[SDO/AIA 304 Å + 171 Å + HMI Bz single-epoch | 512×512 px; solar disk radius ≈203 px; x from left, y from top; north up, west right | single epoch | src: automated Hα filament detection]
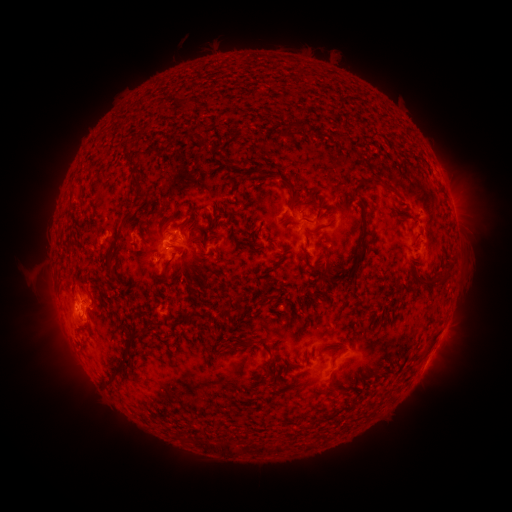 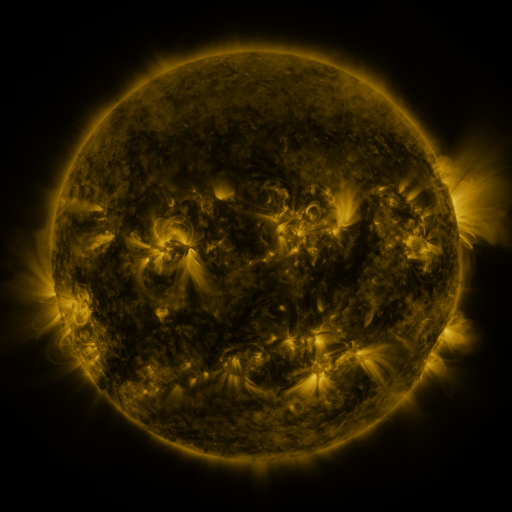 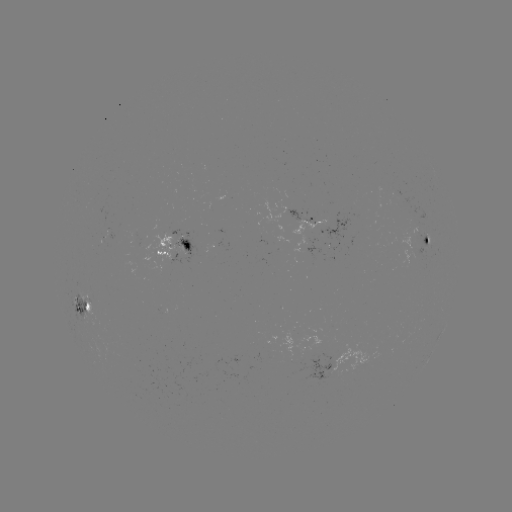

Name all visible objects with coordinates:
filament: (292, 125)
filament: (236, 132)
filament: (412, 153)
filament: (229, 163)
filament: (134, 176)
filament: (382, 181)
filament: (293, 192)
filament: (213, 217)
filament: (188, 223)
filament: (363, 225)
filament: (258, 230)
filament: (315, 231)
filament: (204, 232)
filament: (416, 235)
filament: (114, 247)
filament: (174, 247)
filament: (317, 266)
filament: (445, 272)
filament: (164, 274)
filament: (429, 279)
filament: (187, 284)
filament: (223, 313)
filament: (296, 315)
filament: (173, 336)
filament: (131, 342)
filament: (237, 344)
filament: (220, 353)
filament: (417, 356)
filament: (296, 365)
filament: (269, 367)
filament: (120, 372)
filament: (216, 446)
filament: (273, 449)
